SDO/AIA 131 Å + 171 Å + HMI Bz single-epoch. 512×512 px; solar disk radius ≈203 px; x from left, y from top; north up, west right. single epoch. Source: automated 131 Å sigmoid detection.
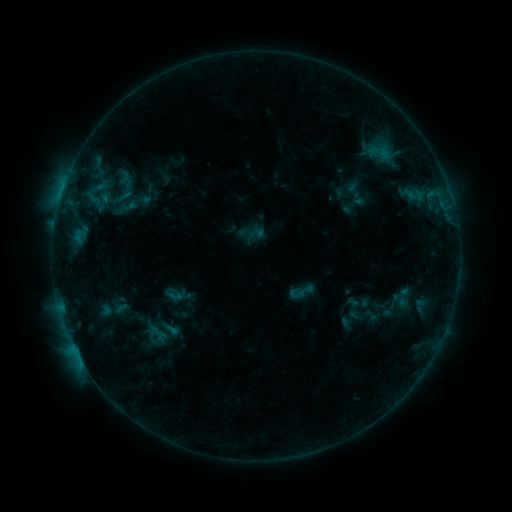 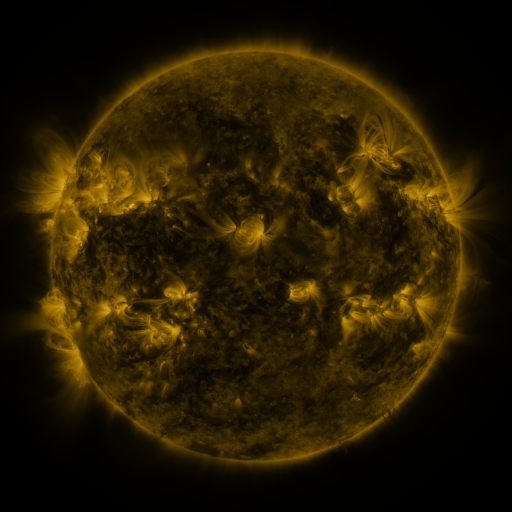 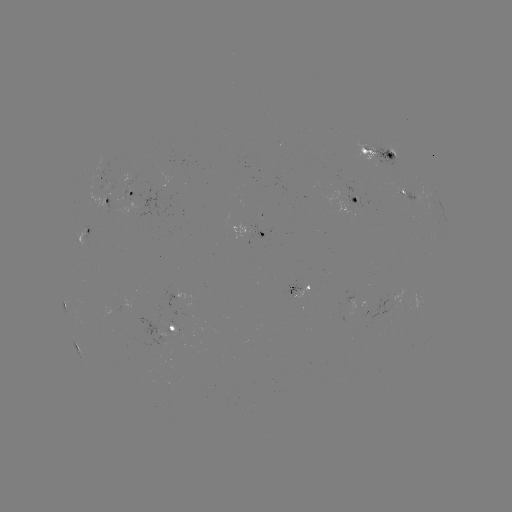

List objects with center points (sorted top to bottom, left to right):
sigmoid: (300, 292)
sigmoid: (175, 296)
sigmoid: (171, 329)
